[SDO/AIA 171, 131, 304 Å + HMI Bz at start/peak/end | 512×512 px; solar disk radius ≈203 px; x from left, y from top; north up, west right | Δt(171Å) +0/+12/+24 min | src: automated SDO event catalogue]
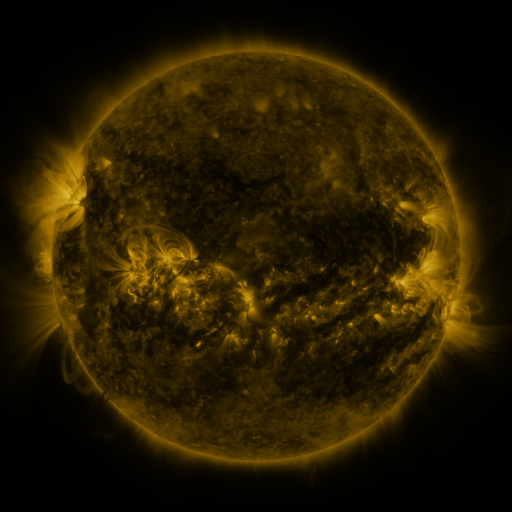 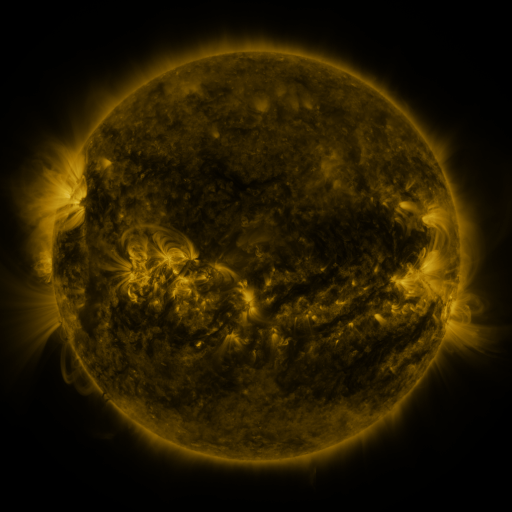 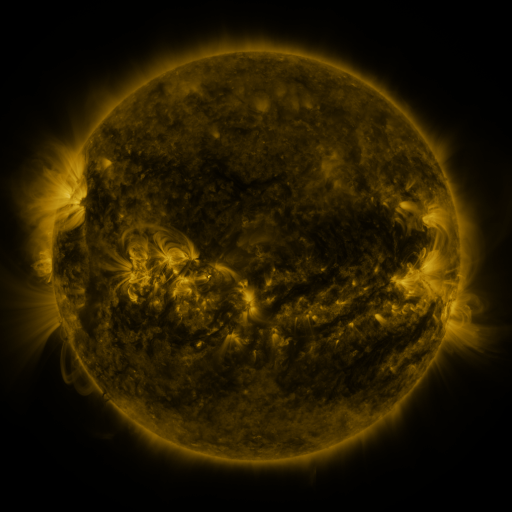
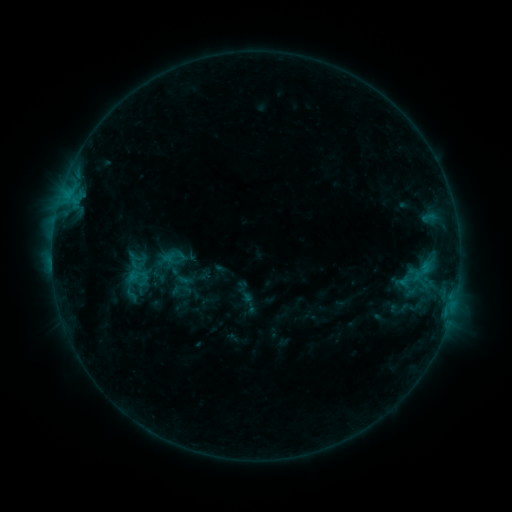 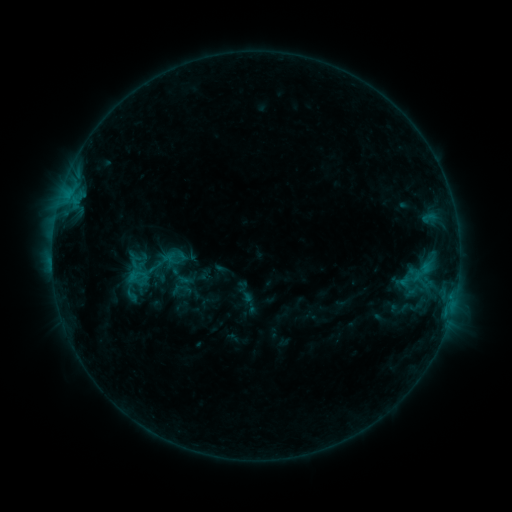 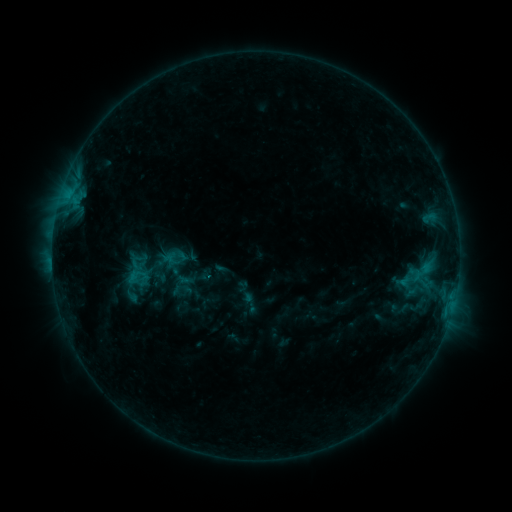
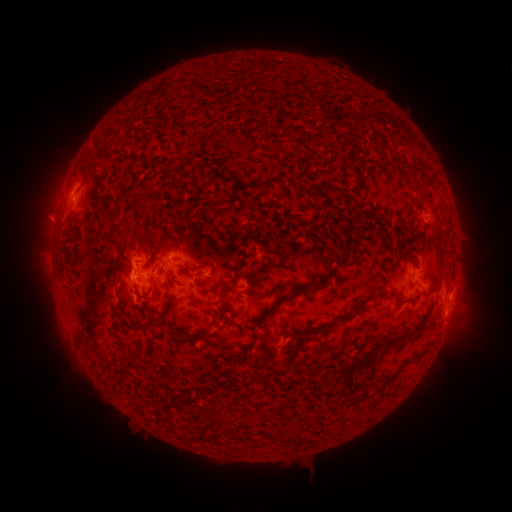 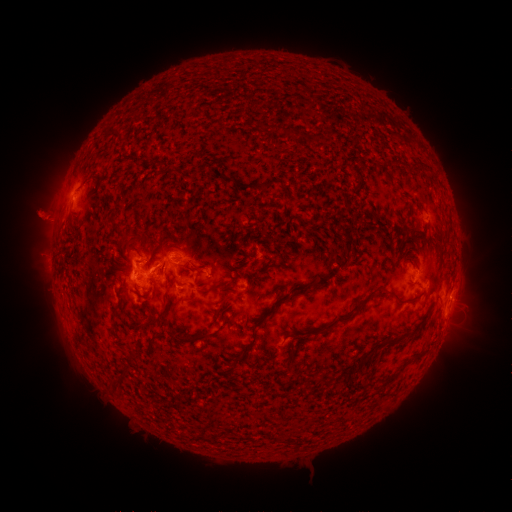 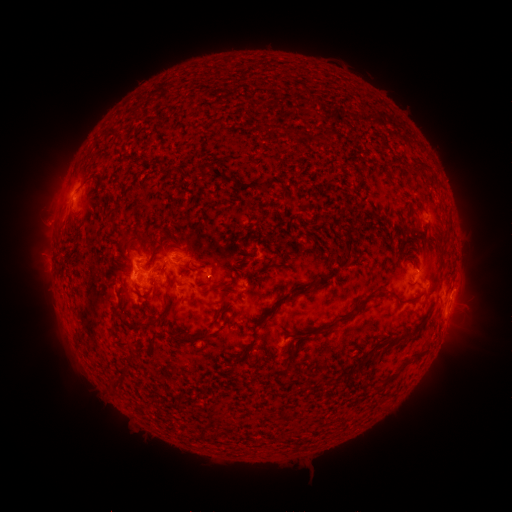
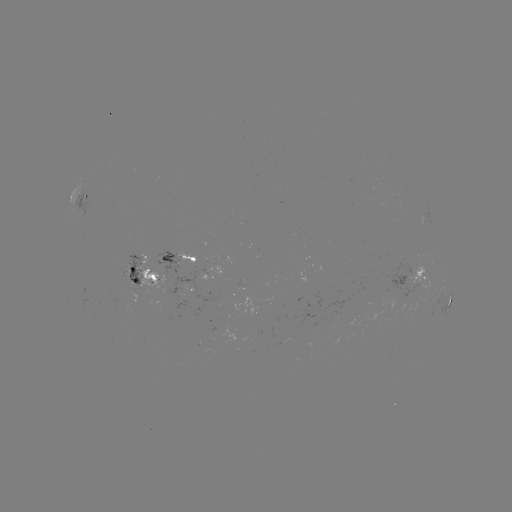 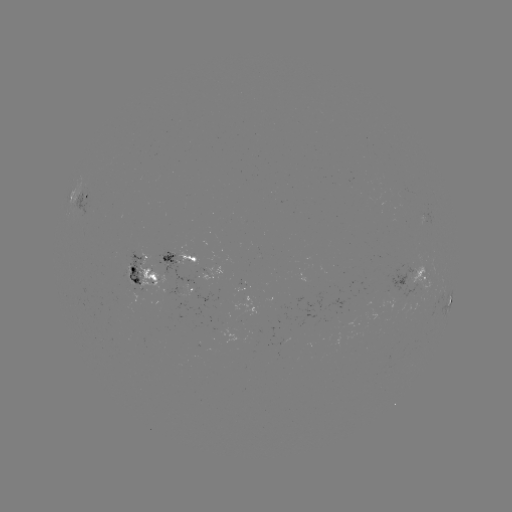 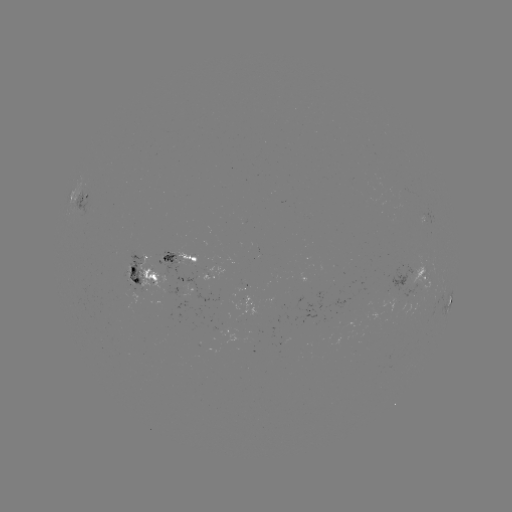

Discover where eruption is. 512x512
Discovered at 42,220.